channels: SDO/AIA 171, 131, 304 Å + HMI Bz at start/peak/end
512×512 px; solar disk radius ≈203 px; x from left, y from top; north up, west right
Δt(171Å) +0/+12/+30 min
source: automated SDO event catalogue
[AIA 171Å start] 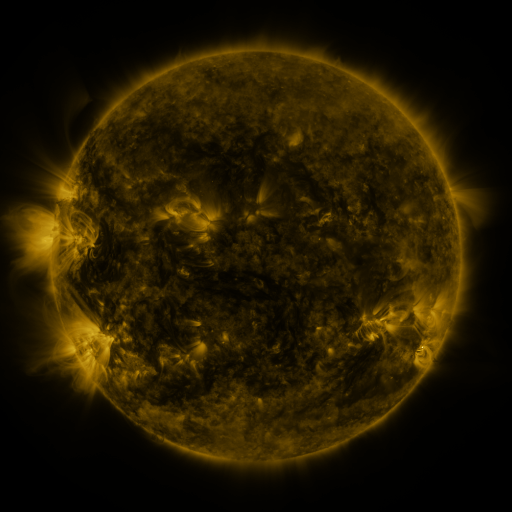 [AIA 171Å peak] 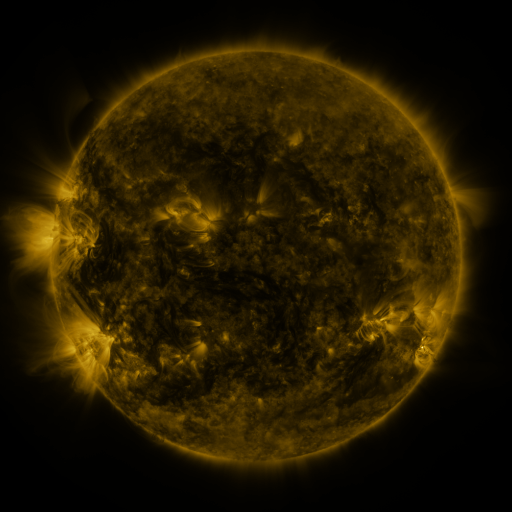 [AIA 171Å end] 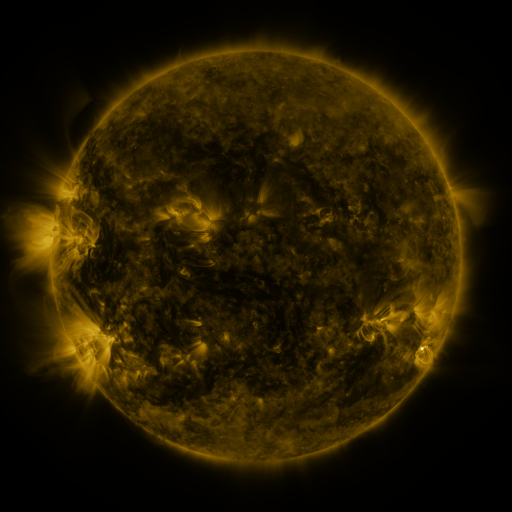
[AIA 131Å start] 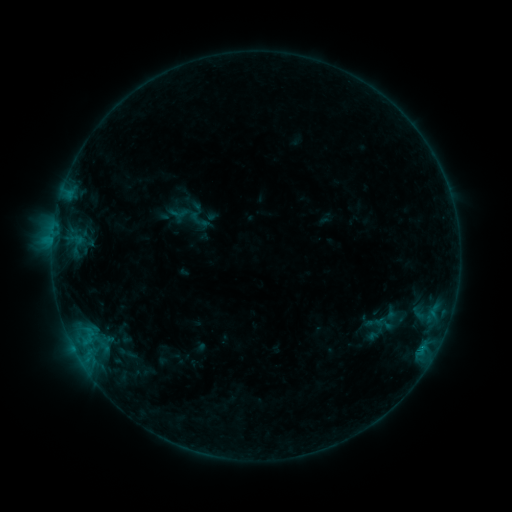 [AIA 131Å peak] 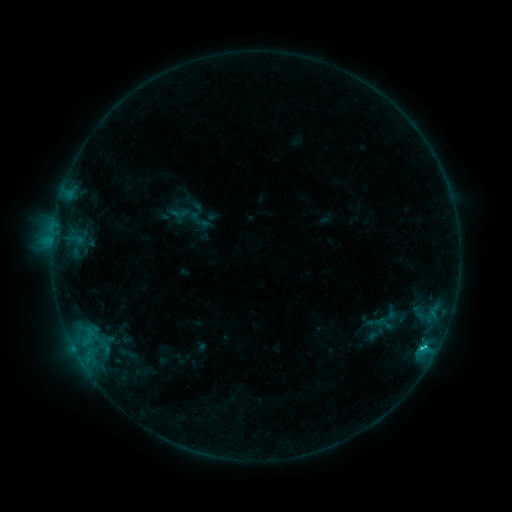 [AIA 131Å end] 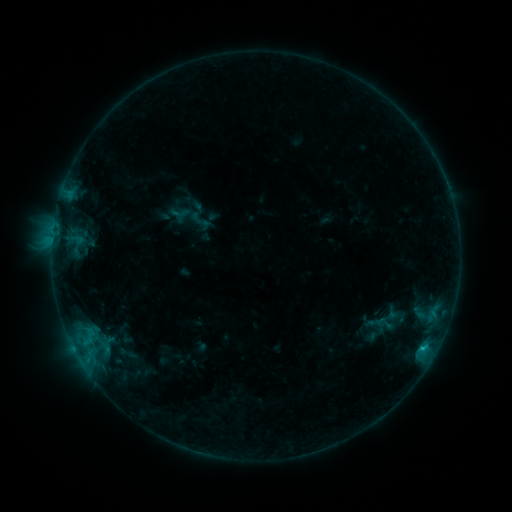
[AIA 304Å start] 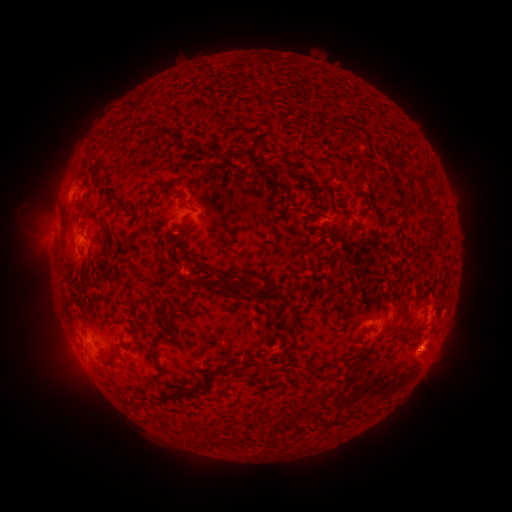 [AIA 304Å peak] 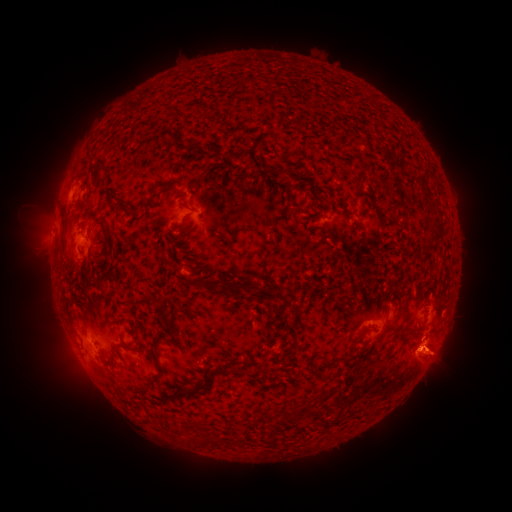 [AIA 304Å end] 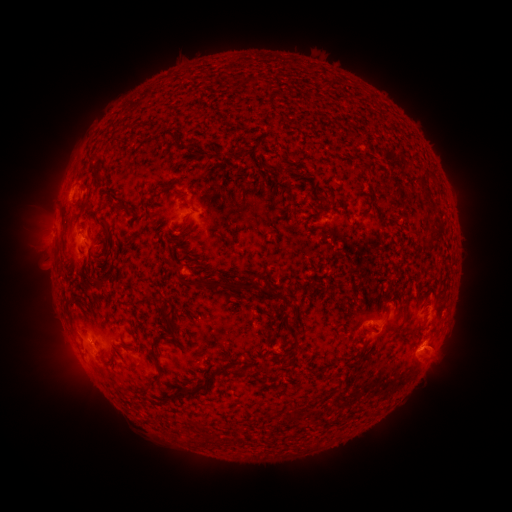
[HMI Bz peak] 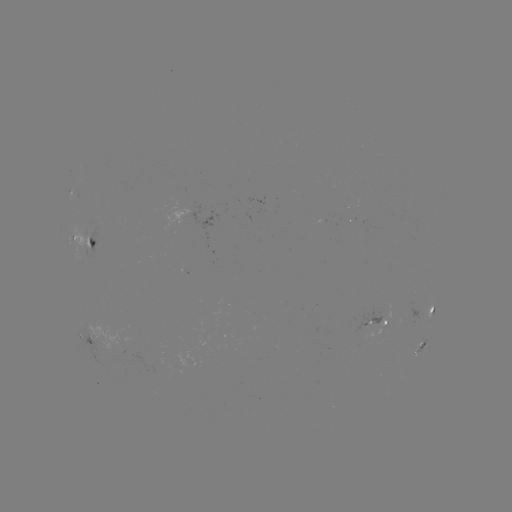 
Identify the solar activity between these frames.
C1.0 flare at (423, 348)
